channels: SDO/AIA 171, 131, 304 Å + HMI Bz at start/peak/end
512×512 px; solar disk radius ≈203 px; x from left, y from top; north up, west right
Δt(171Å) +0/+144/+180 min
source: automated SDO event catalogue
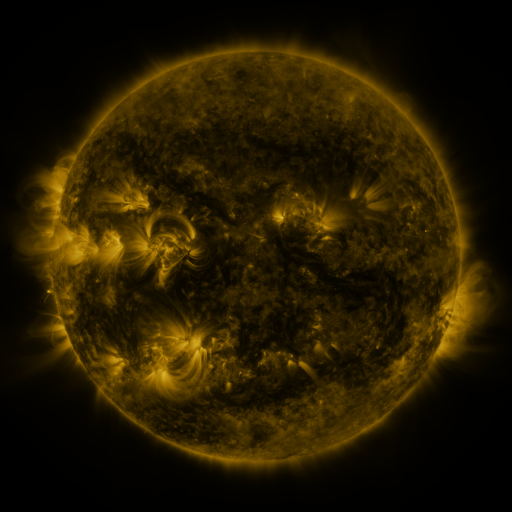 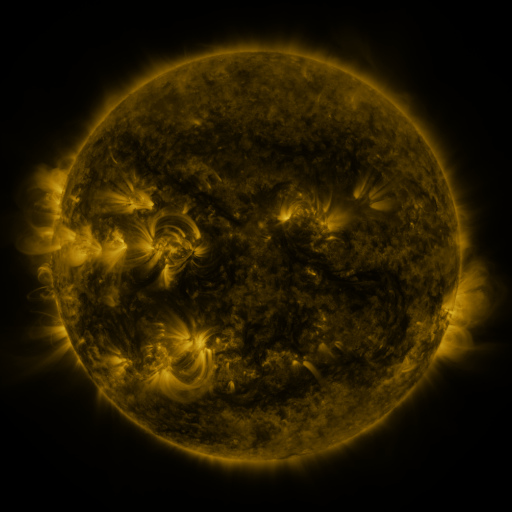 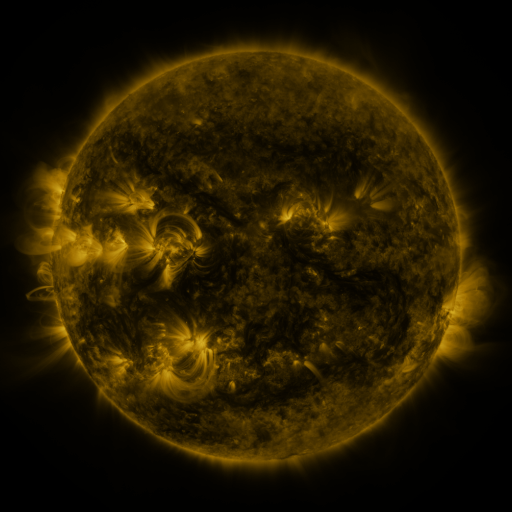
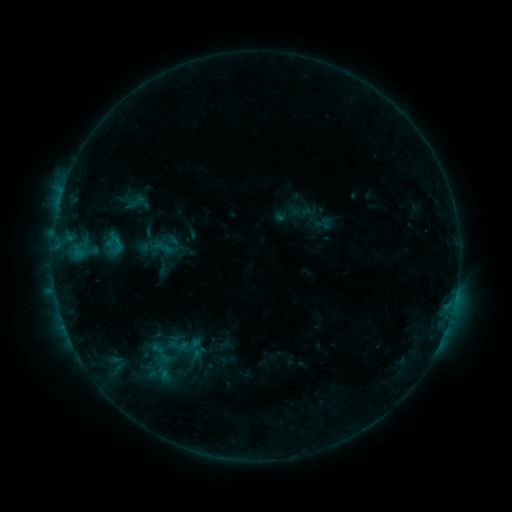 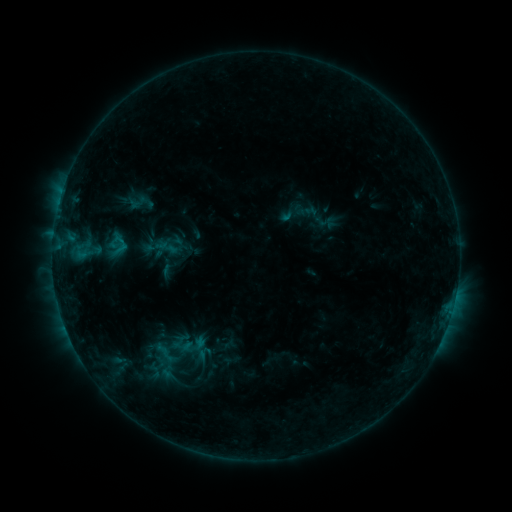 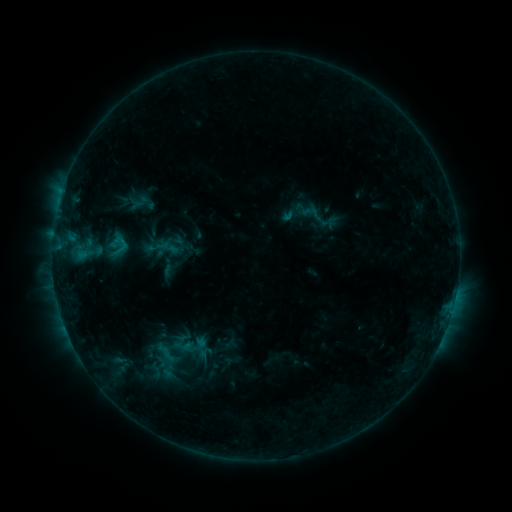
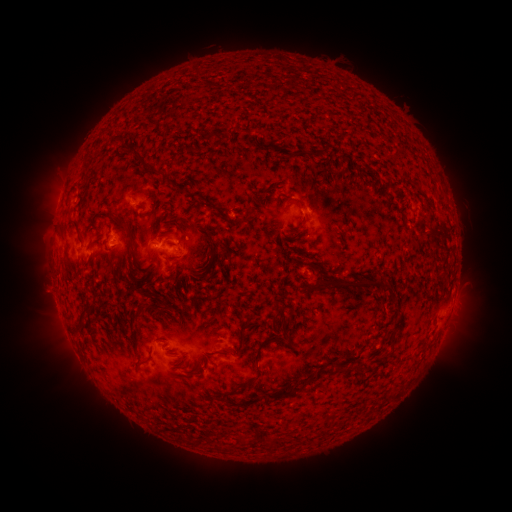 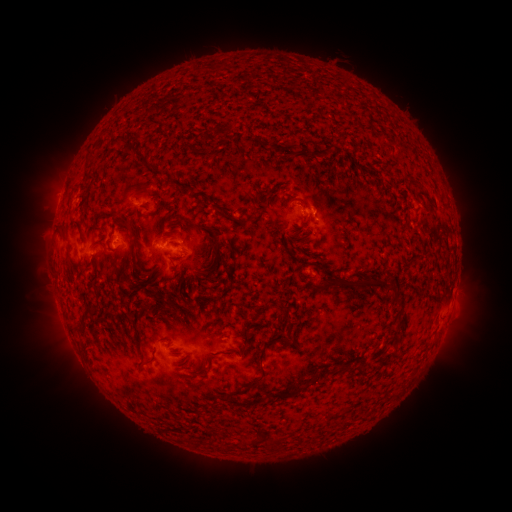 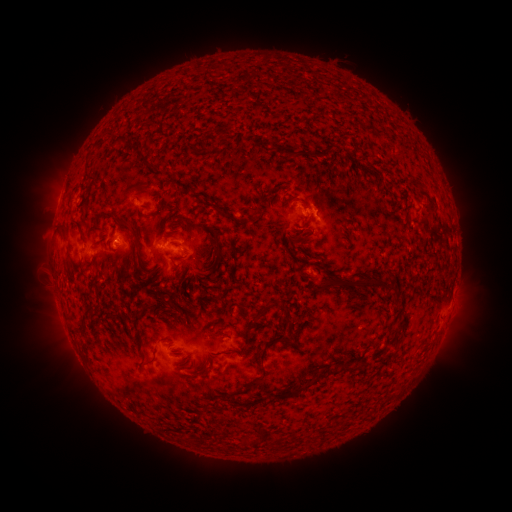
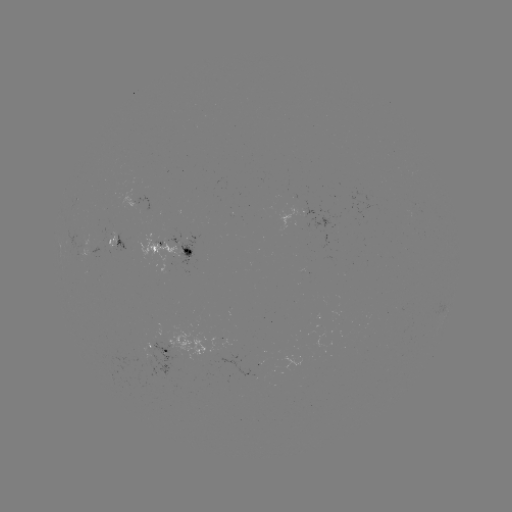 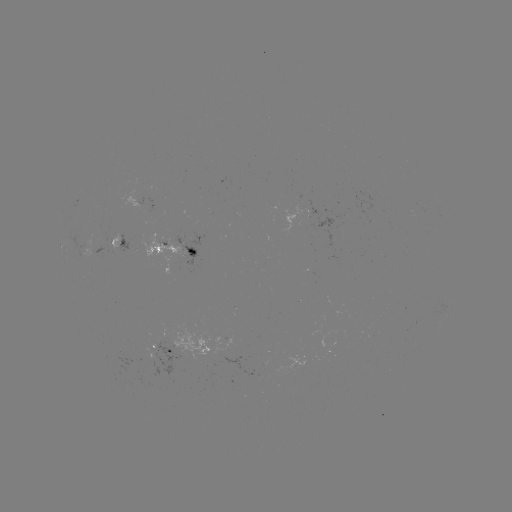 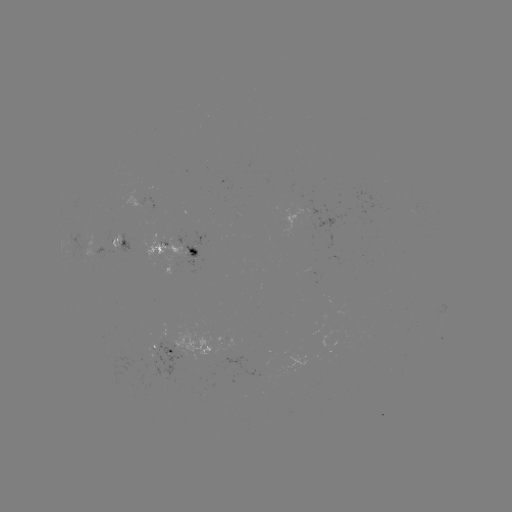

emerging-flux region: [110, 231, 120, 250]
